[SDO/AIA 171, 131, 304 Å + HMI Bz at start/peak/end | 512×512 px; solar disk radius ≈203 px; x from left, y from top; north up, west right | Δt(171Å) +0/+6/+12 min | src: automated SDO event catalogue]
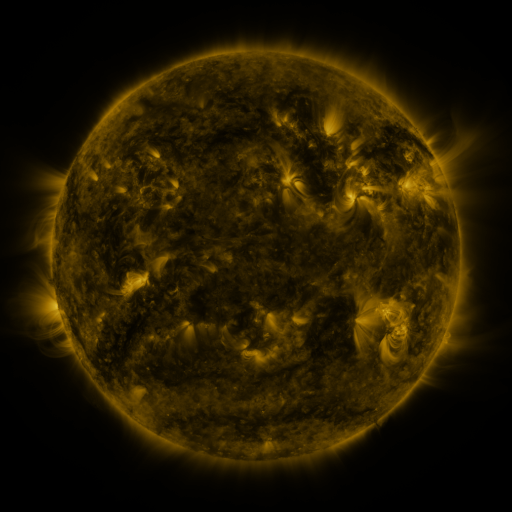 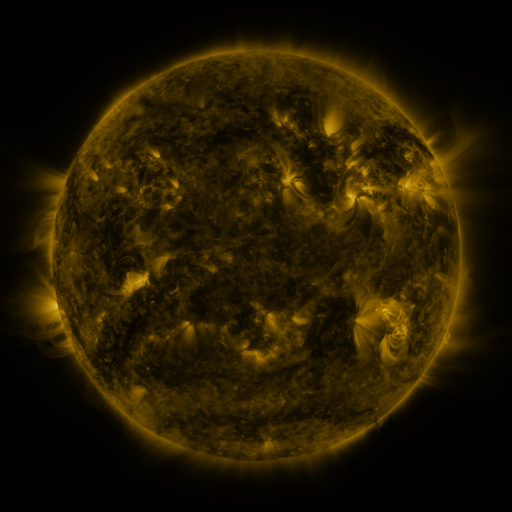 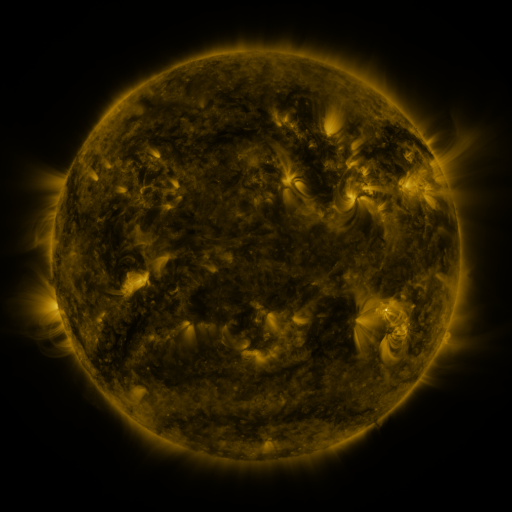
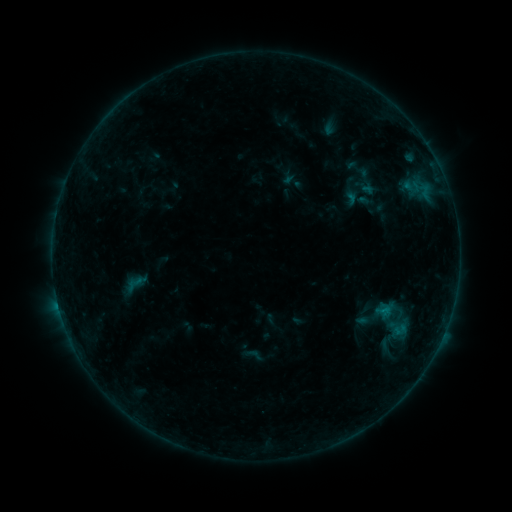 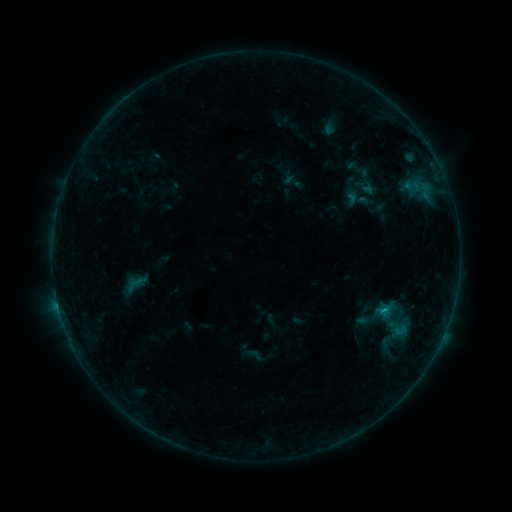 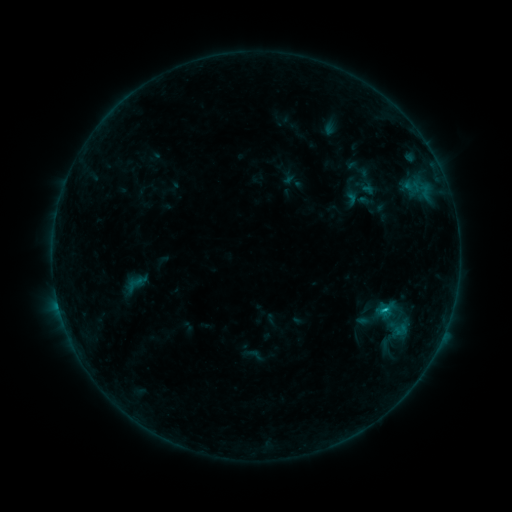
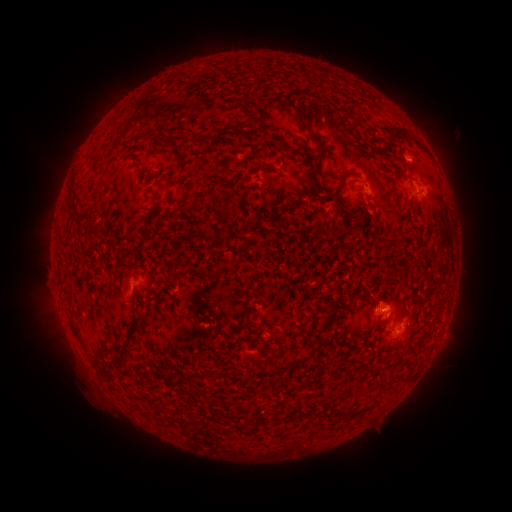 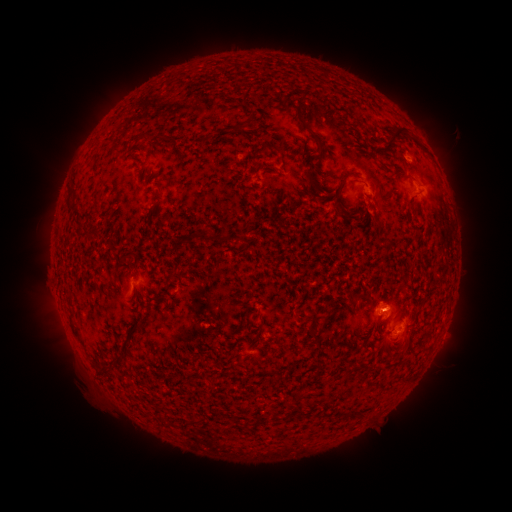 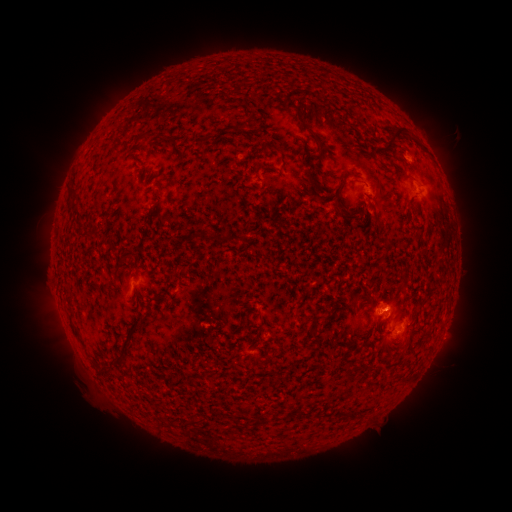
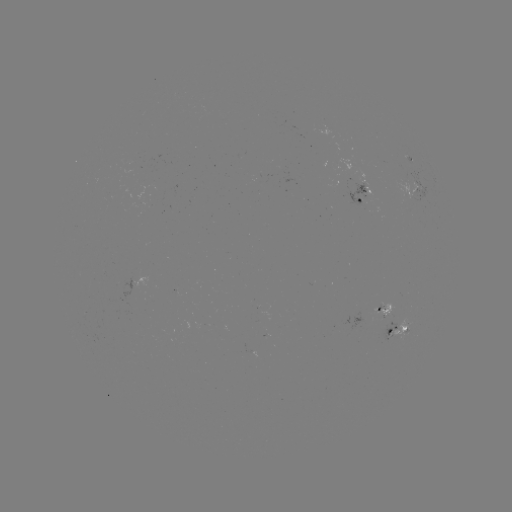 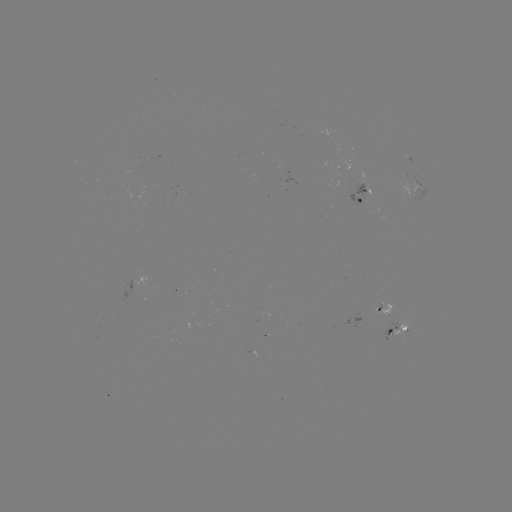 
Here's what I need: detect B7.0 flare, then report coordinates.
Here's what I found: B7.0 flare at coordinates (386, 307).